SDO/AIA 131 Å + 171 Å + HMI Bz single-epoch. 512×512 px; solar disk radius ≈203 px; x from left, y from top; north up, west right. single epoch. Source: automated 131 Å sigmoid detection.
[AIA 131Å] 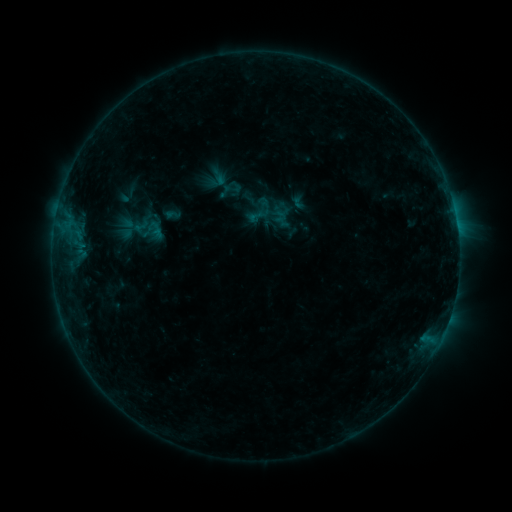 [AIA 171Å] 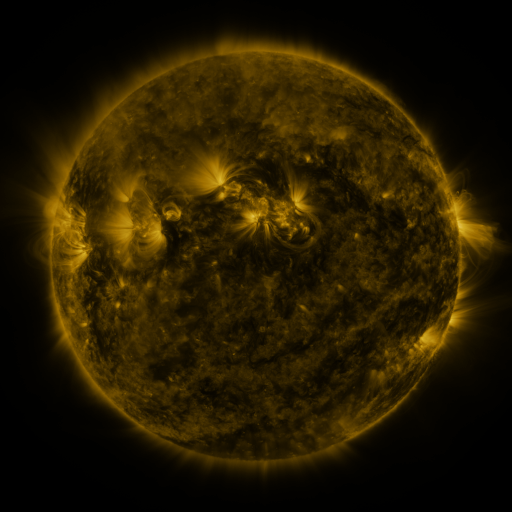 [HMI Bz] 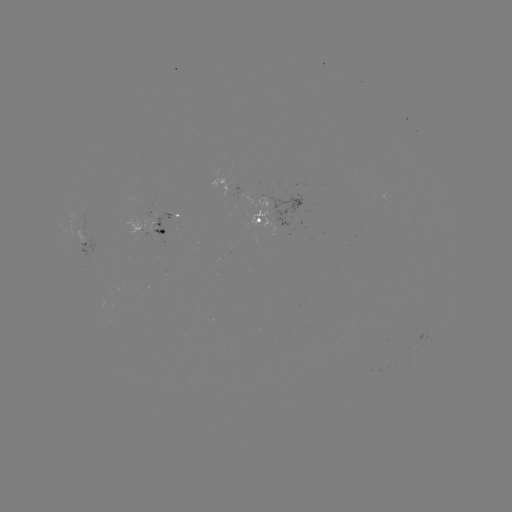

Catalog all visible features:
sigmoid: (148, 229)
